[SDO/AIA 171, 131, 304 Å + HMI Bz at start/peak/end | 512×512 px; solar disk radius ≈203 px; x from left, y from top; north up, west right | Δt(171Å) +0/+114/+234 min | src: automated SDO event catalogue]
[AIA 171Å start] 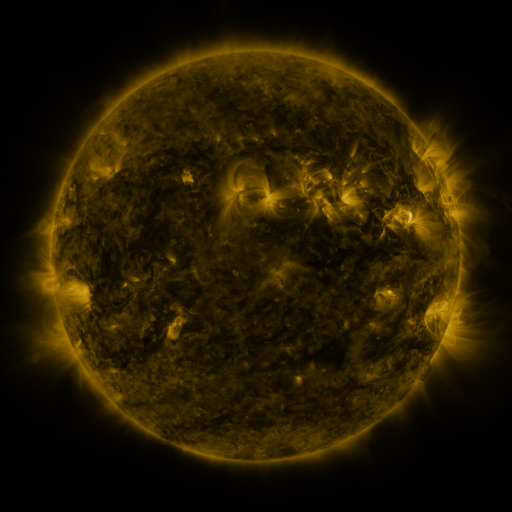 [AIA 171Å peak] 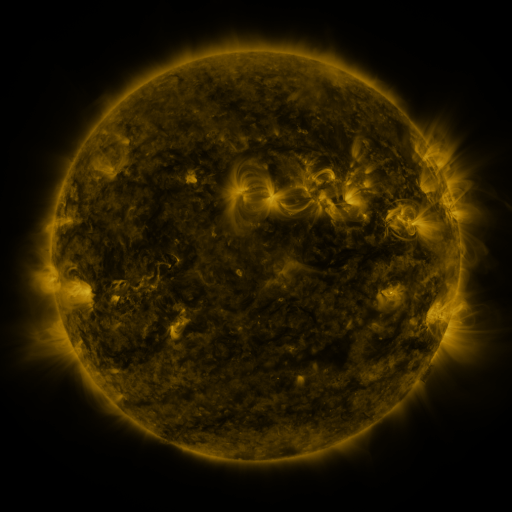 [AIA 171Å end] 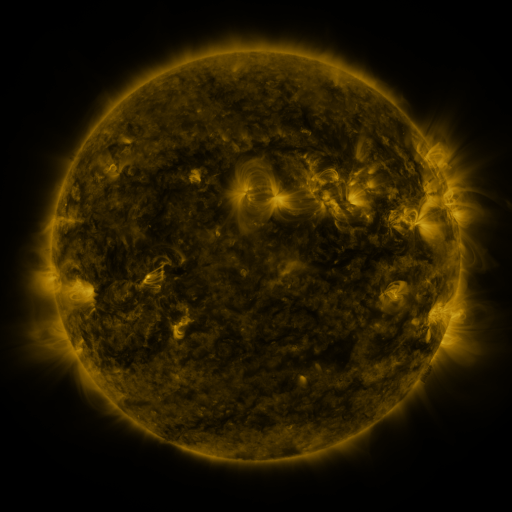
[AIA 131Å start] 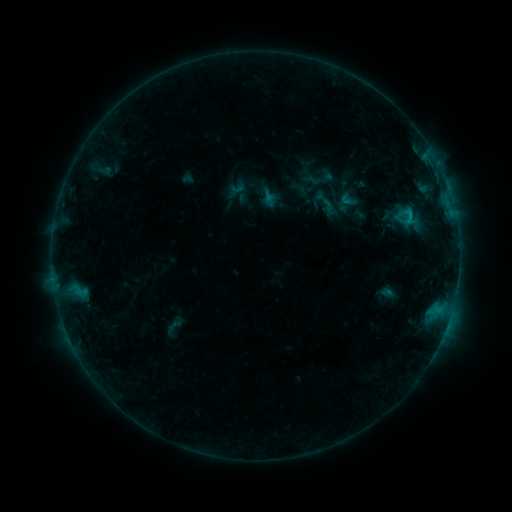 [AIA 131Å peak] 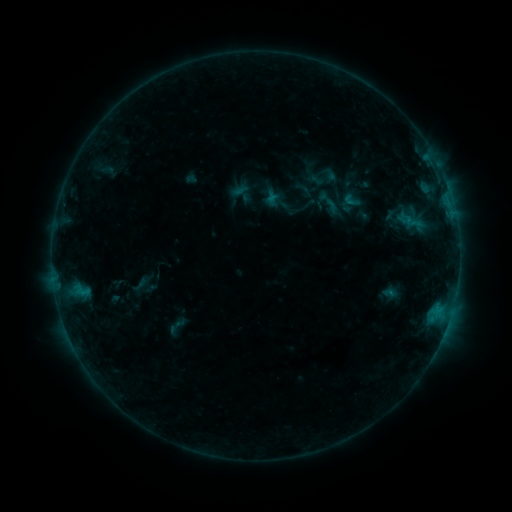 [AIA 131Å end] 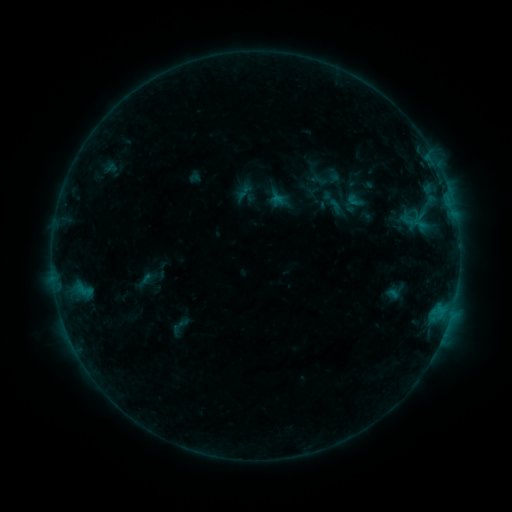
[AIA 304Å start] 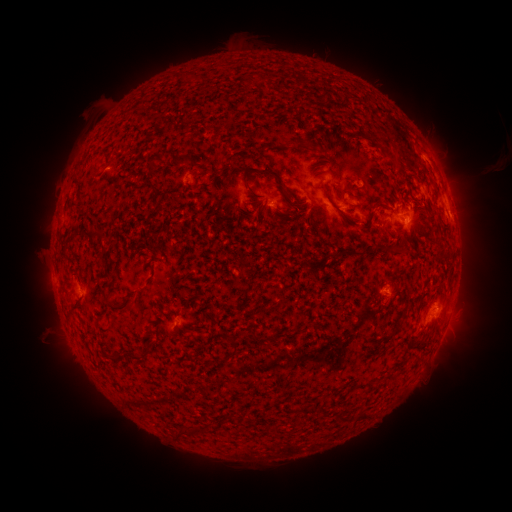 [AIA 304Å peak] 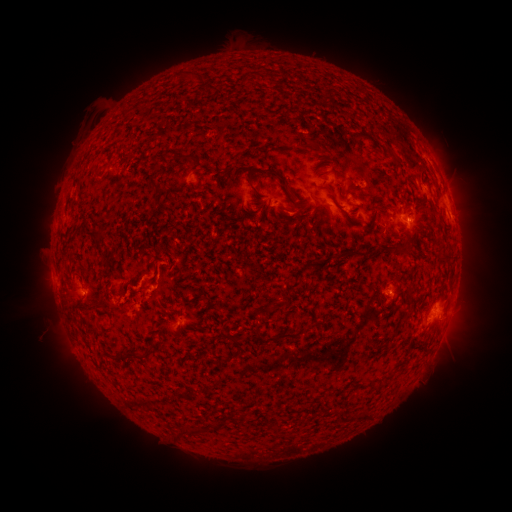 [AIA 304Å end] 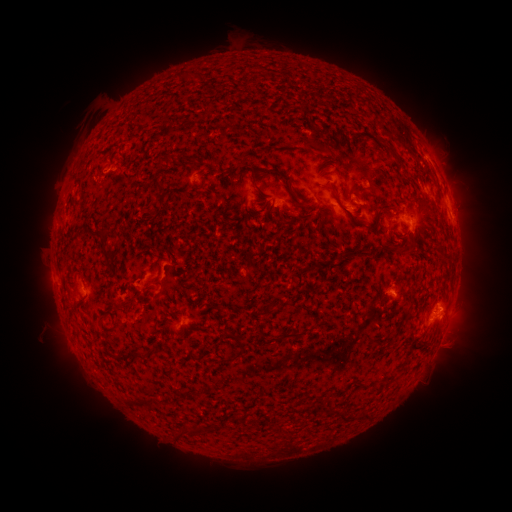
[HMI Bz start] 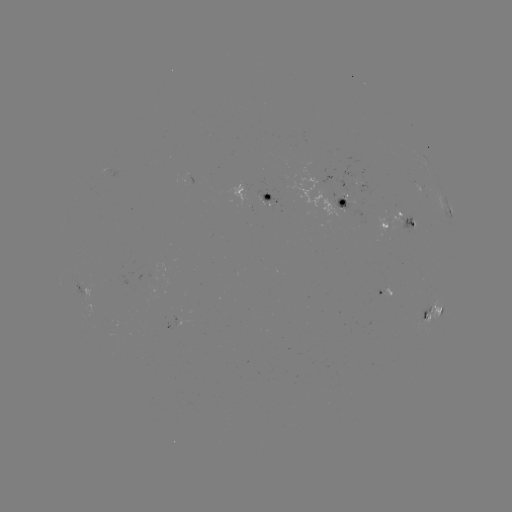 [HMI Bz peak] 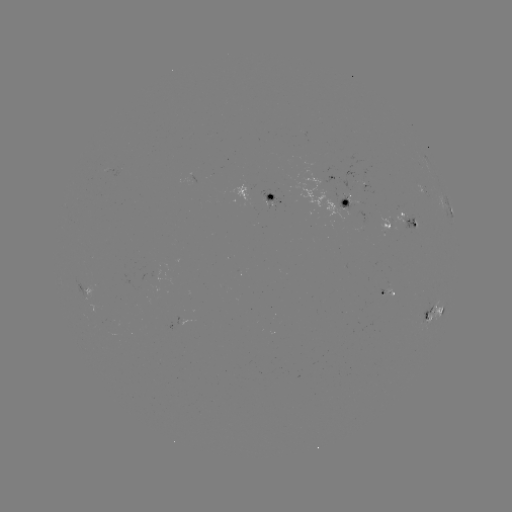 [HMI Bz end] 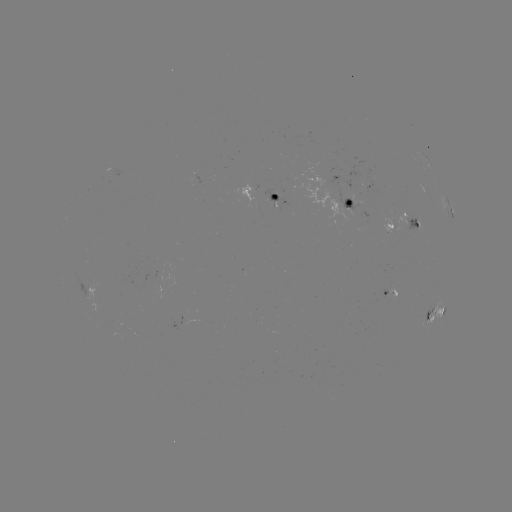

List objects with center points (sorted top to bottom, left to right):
filament eruption: (80, 317)
